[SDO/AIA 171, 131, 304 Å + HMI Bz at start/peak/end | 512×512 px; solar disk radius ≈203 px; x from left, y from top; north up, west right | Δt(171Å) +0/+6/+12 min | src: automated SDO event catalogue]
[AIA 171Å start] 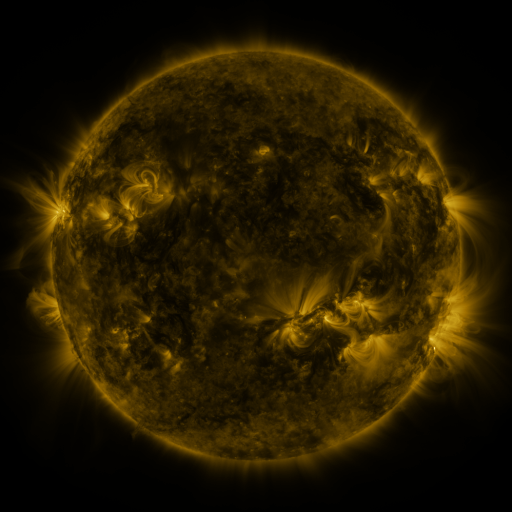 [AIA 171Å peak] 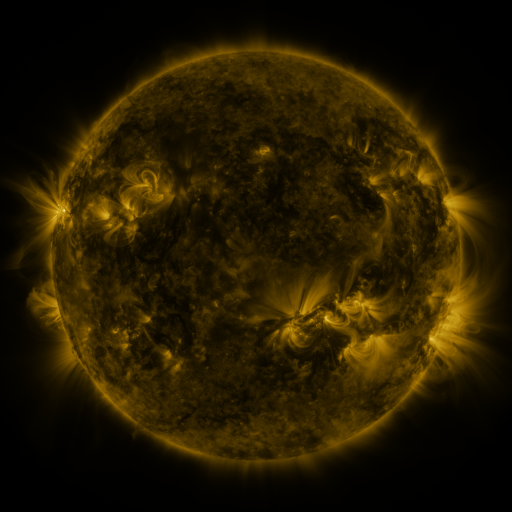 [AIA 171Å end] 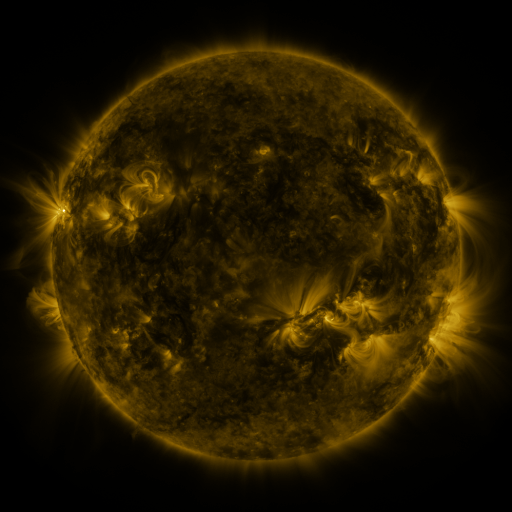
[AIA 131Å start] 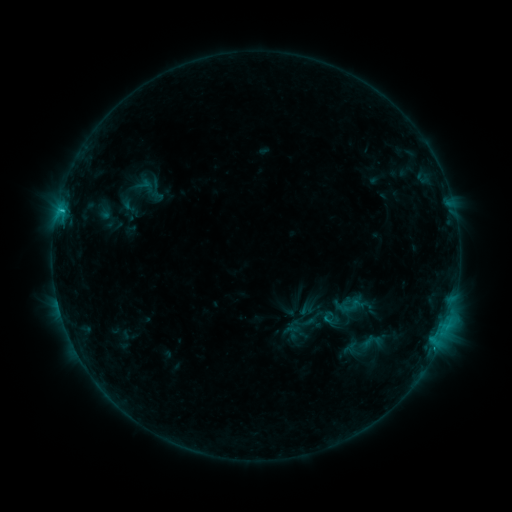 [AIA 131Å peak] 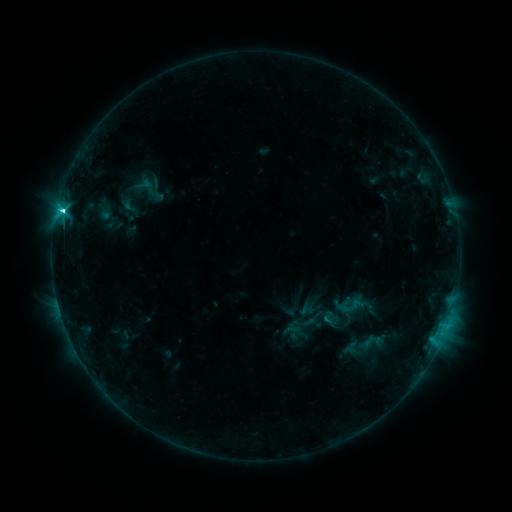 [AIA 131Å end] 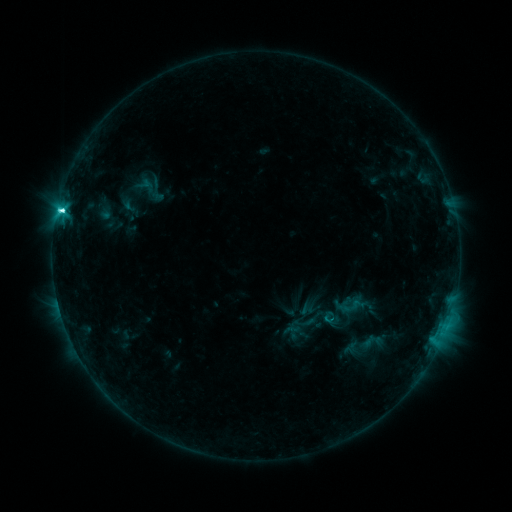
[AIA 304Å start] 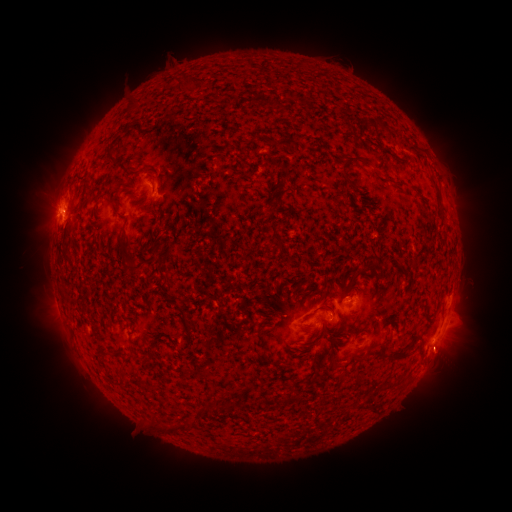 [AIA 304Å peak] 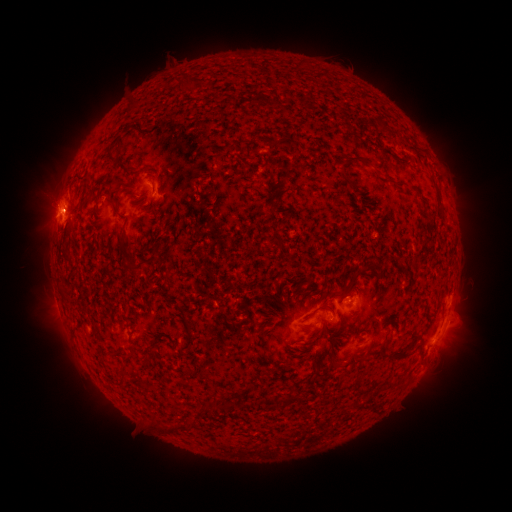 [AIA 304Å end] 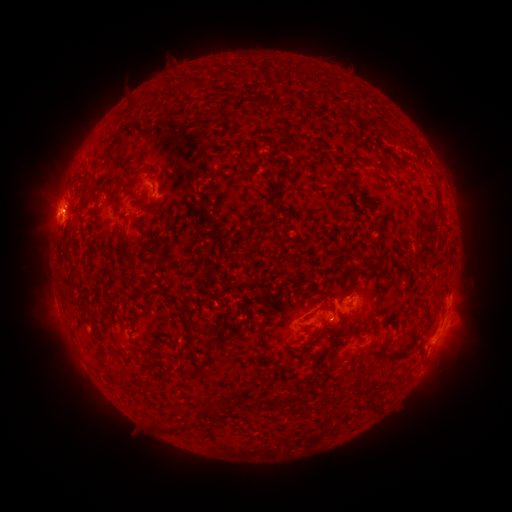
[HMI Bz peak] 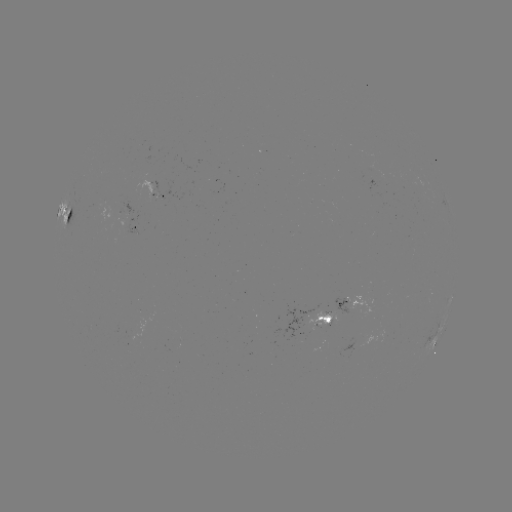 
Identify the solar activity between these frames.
M1.3 flare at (65, 213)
